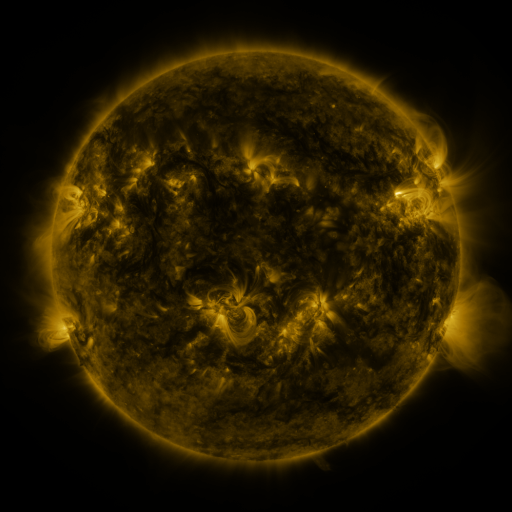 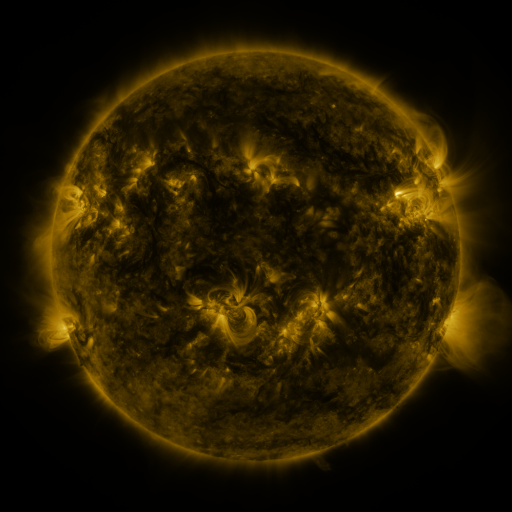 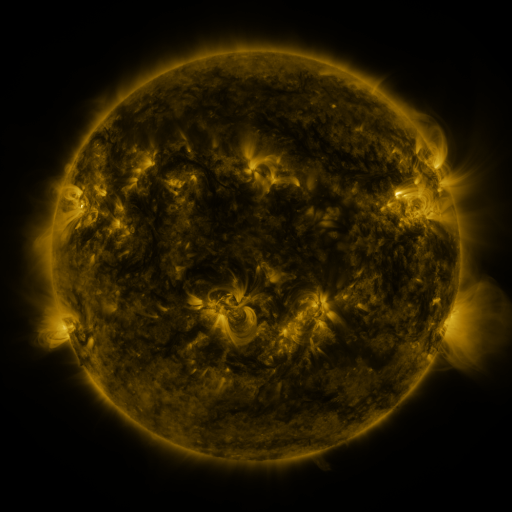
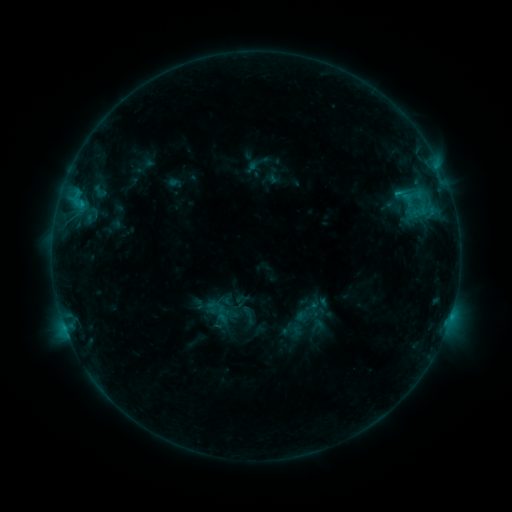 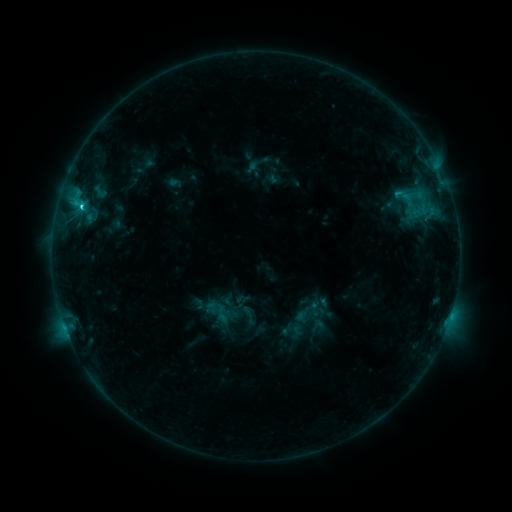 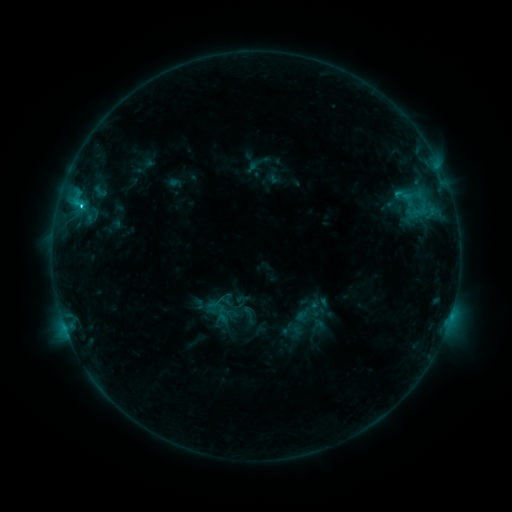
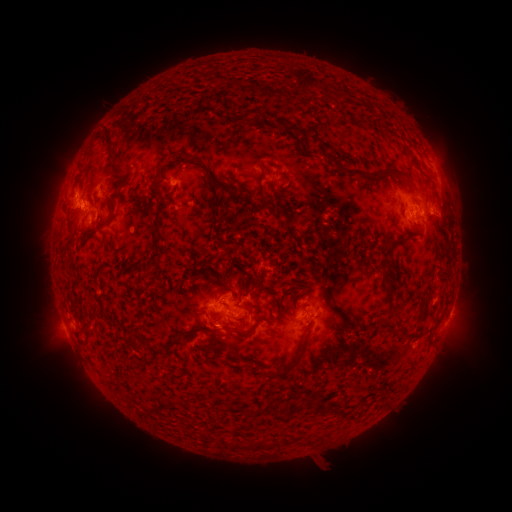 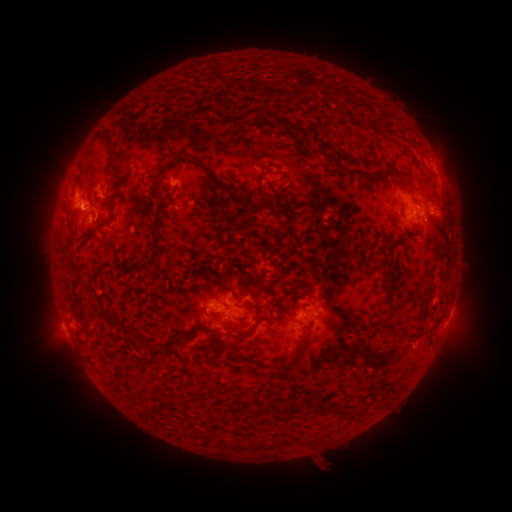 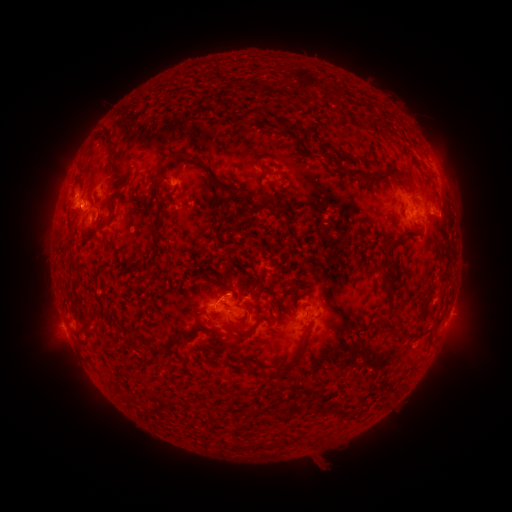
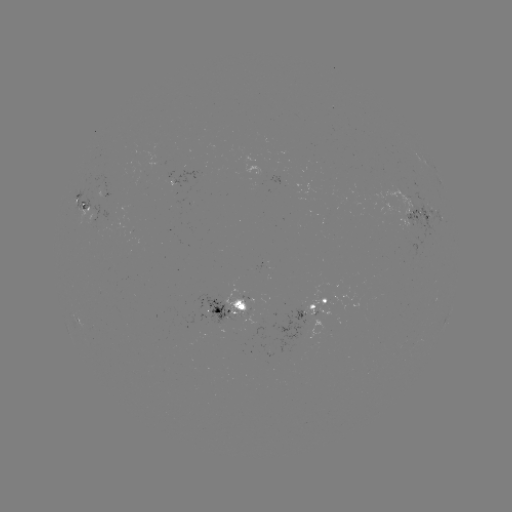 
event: flare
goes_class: C2.2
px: (81, 207)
